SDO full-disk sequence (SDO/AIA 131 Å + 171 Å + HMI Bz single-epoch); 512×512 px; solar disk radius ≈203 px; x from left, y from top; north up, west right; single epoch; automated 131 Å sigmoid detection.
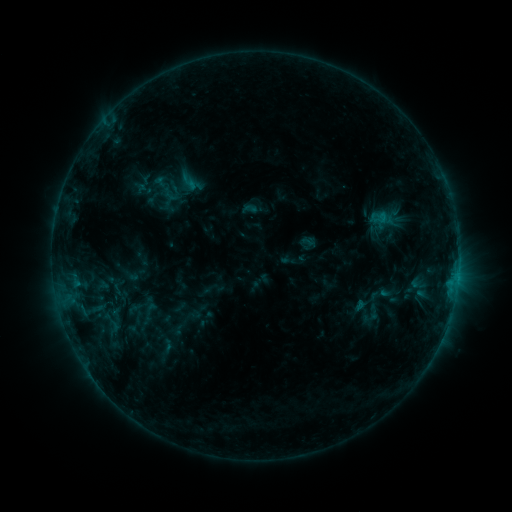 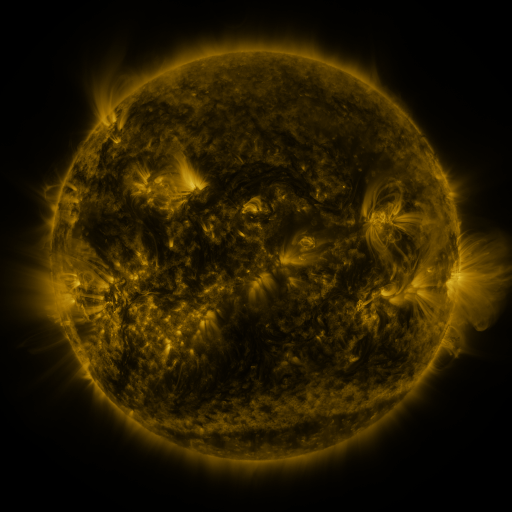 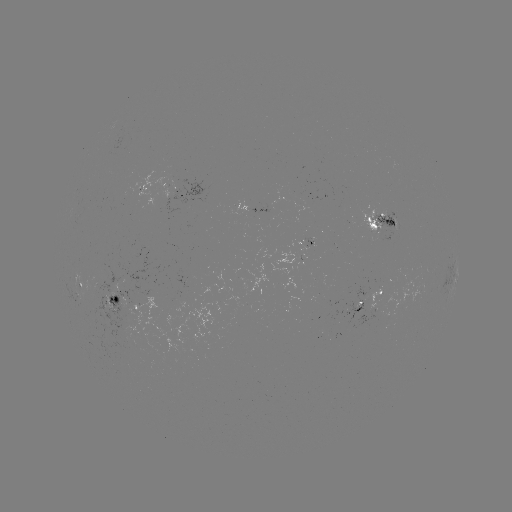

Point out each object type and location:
sigmoid: (113, 328)
